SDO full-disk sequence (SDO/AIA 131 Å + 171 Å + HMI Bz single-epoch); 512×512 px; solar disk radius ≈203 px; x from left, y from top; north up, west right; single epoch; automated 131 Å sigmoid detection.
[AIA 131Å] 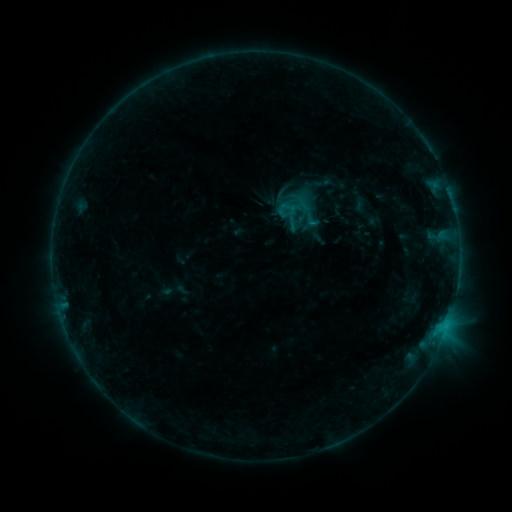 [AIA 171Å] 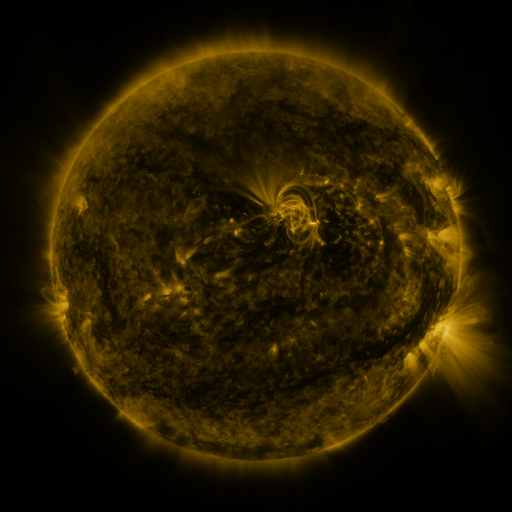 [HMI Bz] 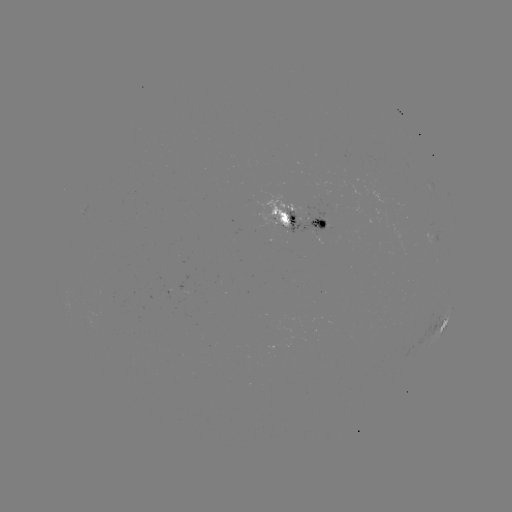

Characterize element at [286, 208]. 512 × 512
sigmoid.